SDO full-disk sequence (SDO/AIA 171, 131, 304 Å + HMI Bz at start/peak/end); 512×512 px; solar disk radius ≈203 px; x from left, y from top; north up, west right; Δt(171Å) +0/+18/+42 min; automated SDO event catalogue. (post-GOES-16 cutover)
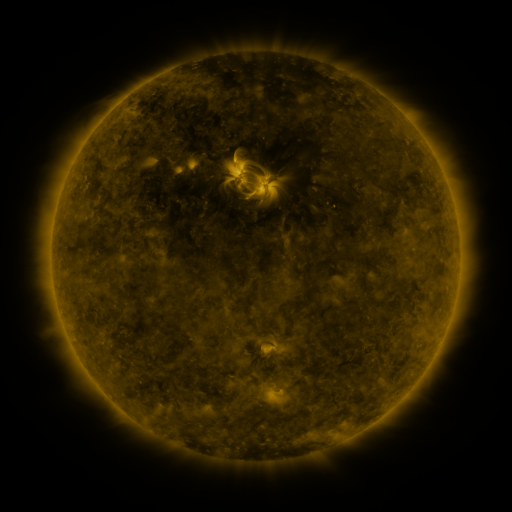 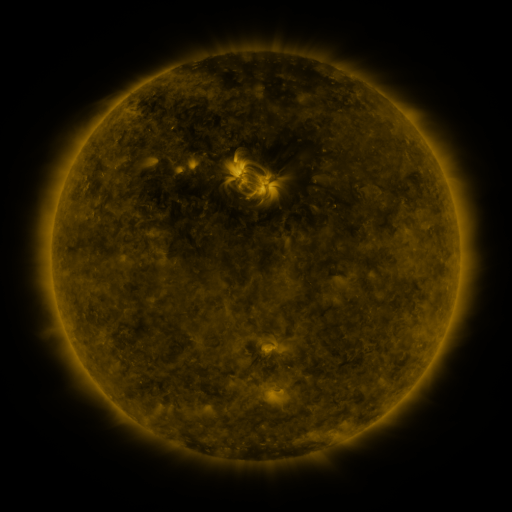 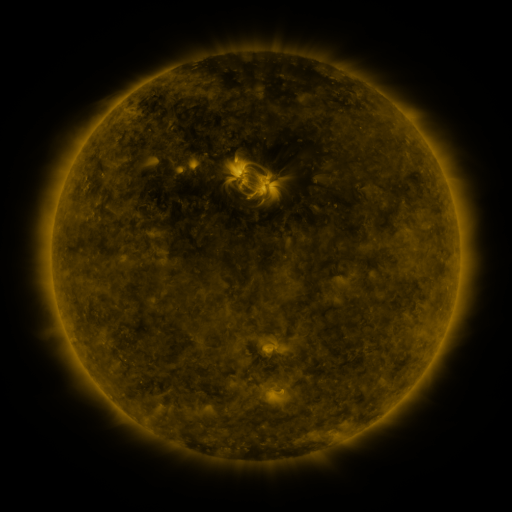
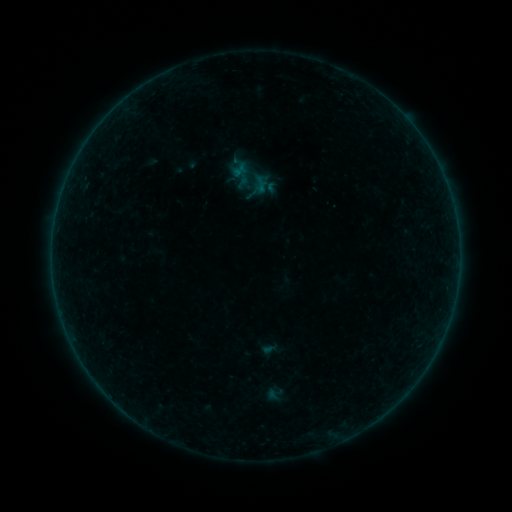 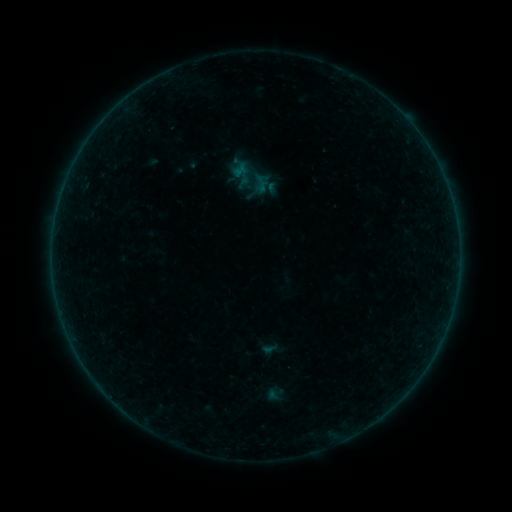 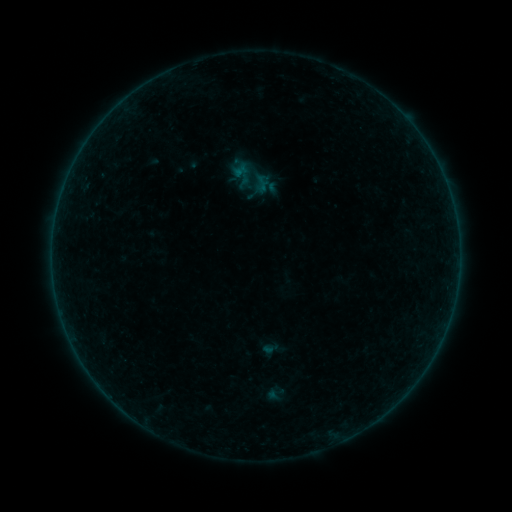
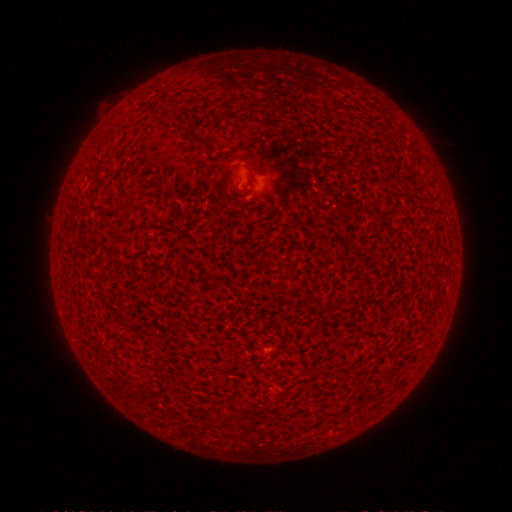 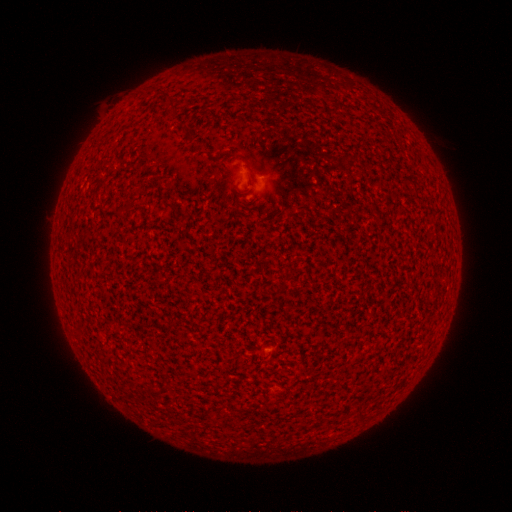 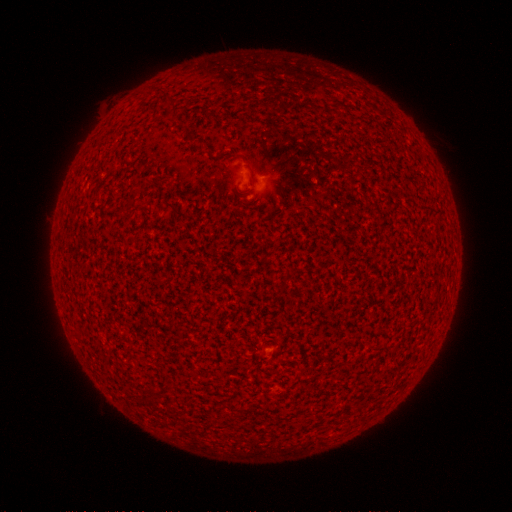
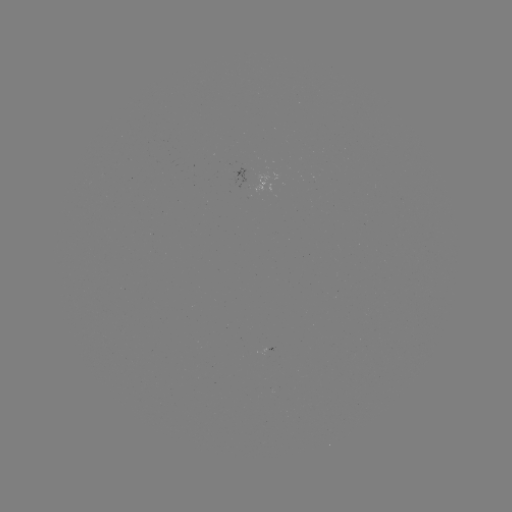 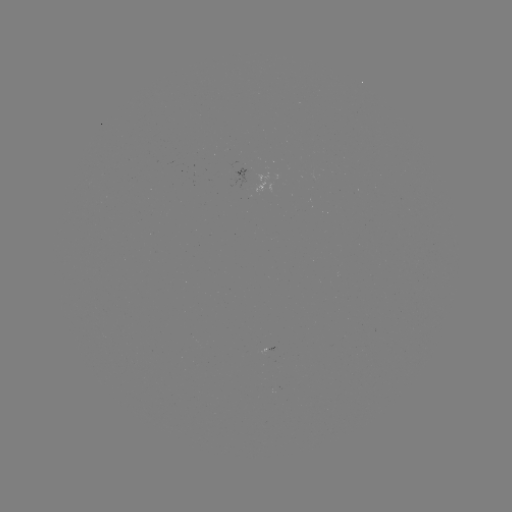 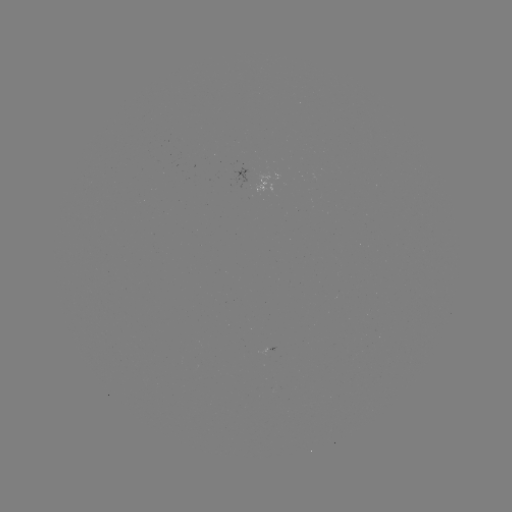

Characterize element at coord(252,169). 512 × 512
A6.1 flare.